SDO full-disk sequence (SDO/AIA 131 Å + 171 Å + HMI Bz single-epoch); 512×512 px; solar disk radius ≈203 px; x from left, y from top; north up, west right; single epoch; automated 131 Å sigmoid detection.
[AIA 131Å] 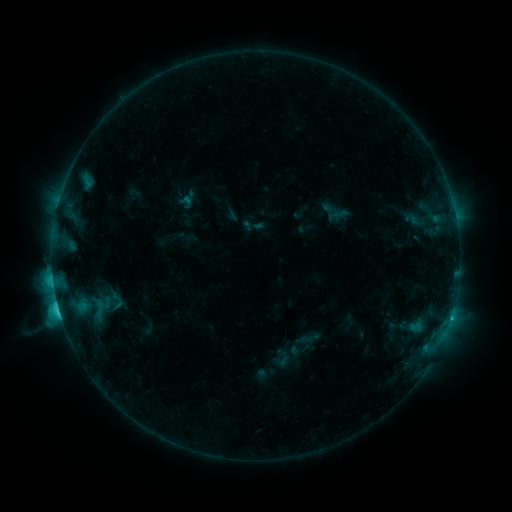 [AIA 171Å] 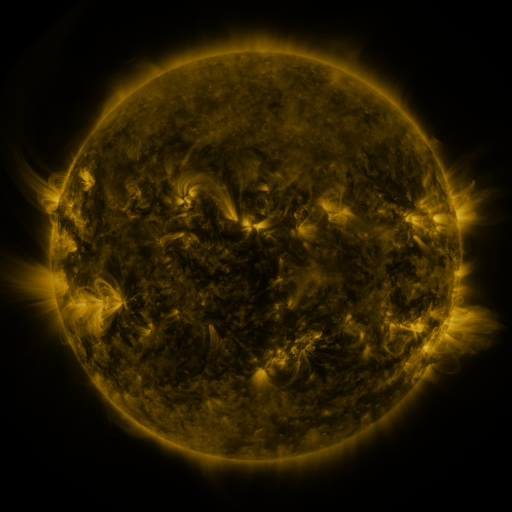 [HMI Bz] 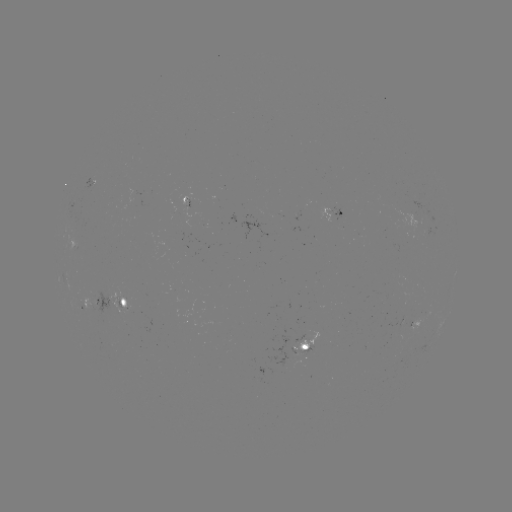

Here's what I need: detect sigmoid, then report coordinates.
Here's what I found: sigmoid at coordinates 116,301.